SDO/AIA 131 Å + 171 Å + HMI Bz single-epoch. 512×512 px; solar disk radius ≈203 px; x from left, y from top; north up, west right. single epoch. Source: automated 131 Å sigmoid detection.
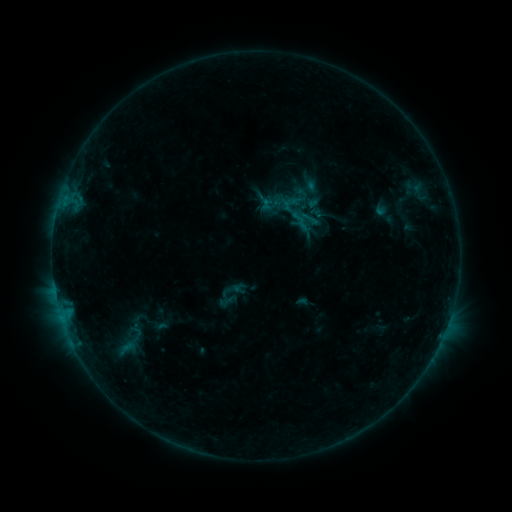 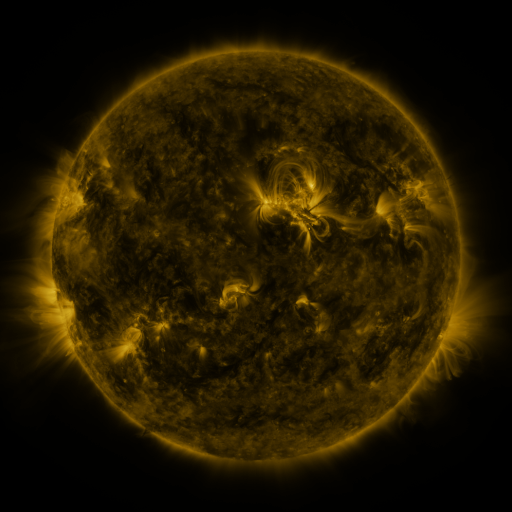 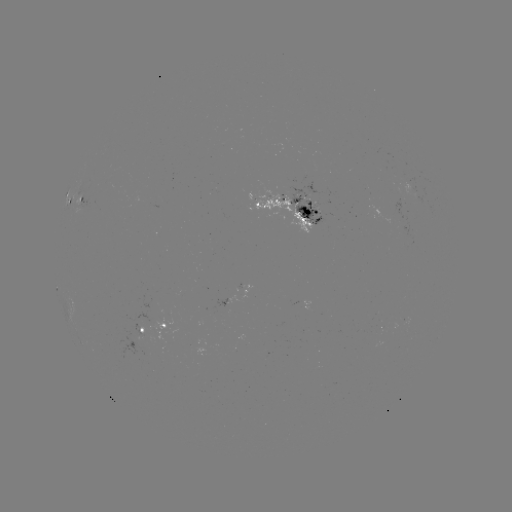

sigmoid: (299, 208, 320, 229)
